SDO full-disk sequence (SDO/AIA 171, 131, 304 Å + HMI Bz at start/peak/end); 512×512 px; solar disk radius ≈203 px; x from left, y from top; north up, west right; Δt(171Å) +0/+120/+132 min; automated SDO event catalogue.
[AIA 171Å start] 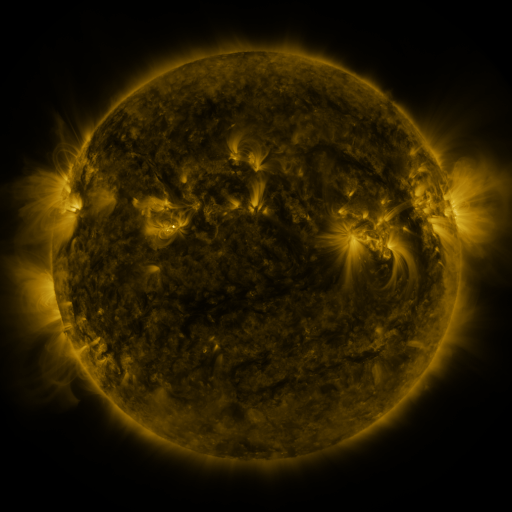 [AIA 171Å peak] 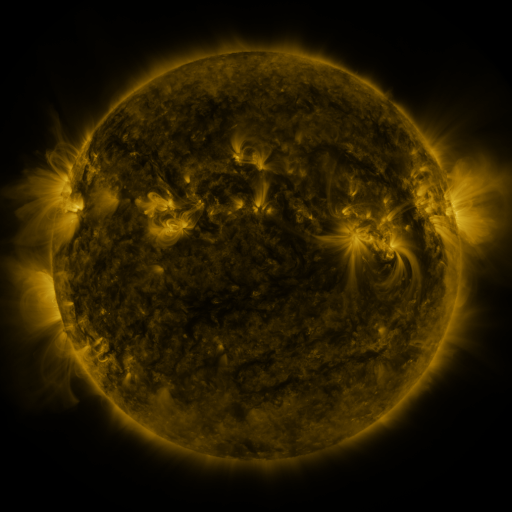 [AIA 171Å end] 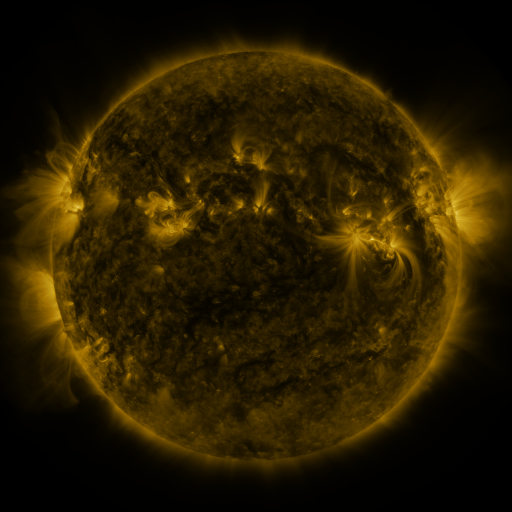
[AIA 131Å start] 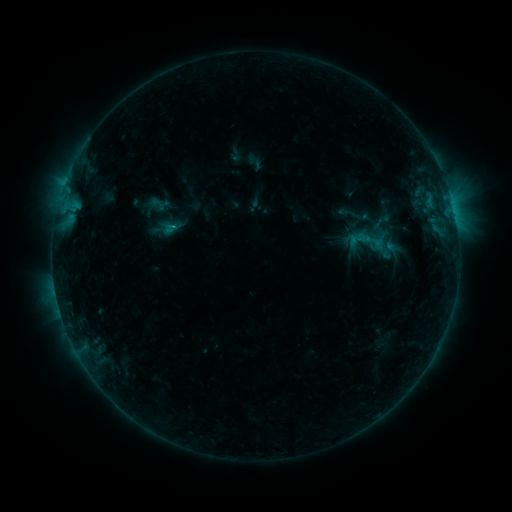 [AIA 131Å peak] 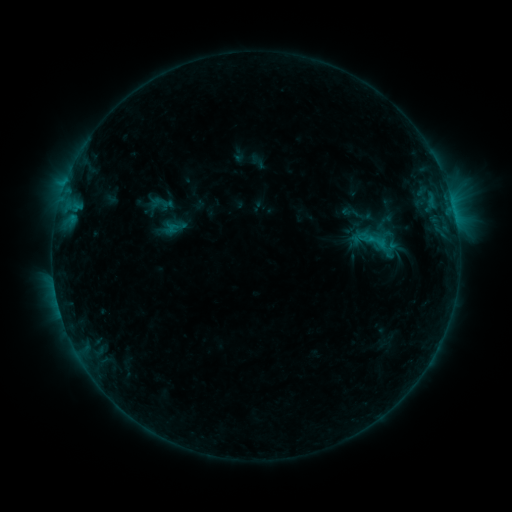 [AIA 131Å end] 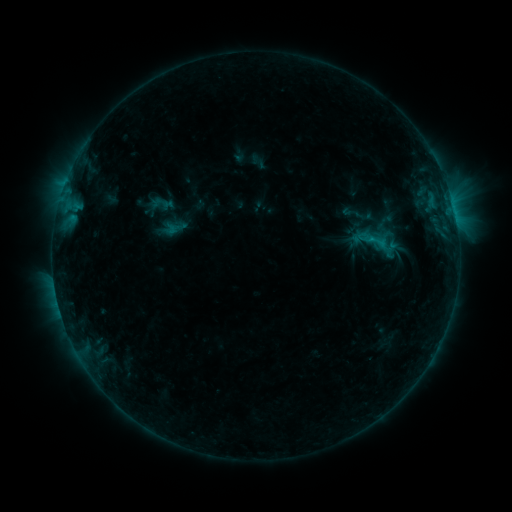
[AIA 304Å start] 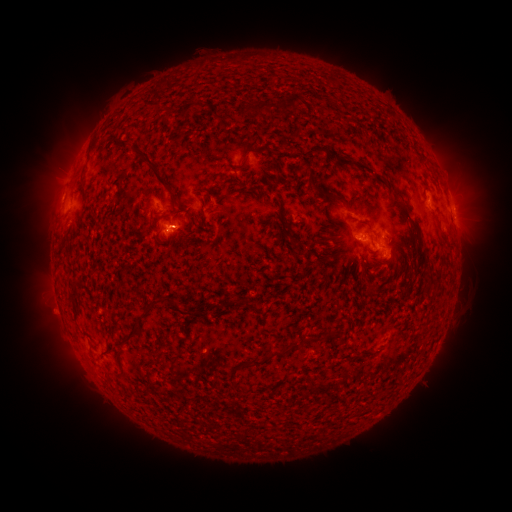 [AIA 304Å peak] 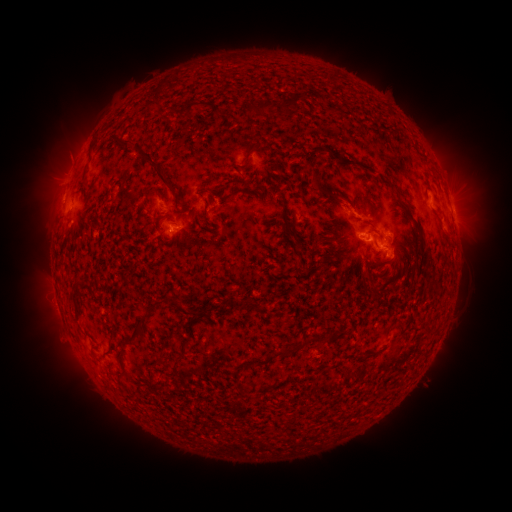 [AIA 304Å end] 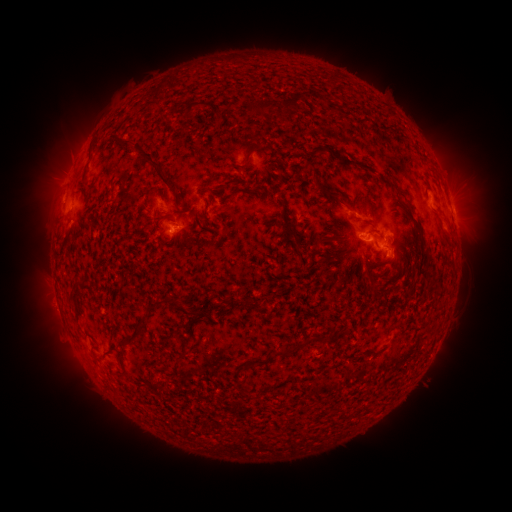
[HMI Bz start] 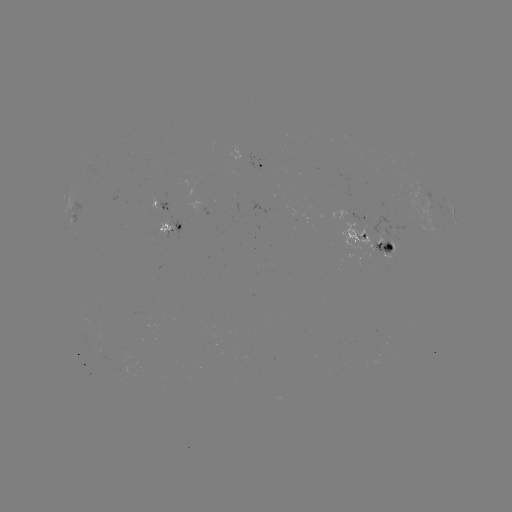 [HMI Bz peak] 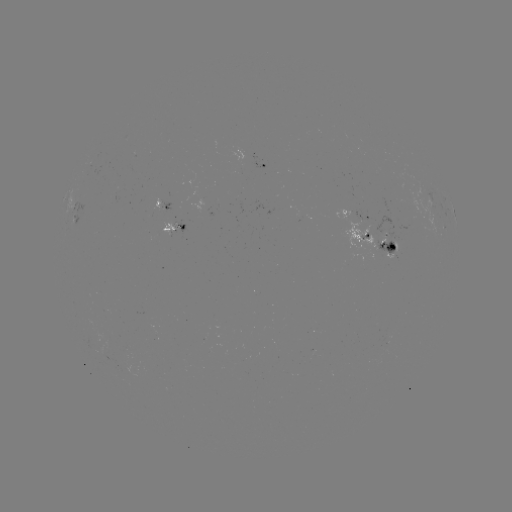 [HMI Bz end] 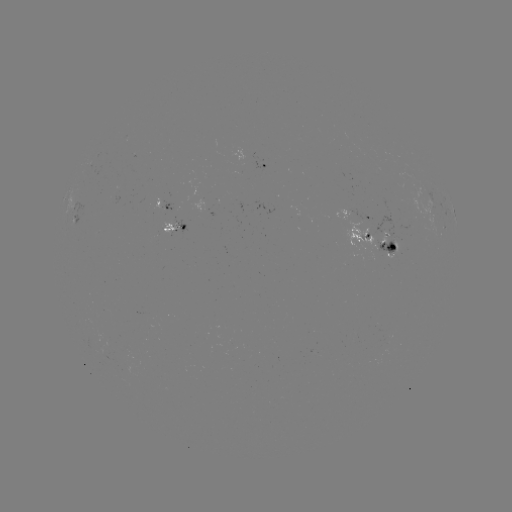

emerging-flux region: <bbox>161, 216, 177, 236</bbox>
